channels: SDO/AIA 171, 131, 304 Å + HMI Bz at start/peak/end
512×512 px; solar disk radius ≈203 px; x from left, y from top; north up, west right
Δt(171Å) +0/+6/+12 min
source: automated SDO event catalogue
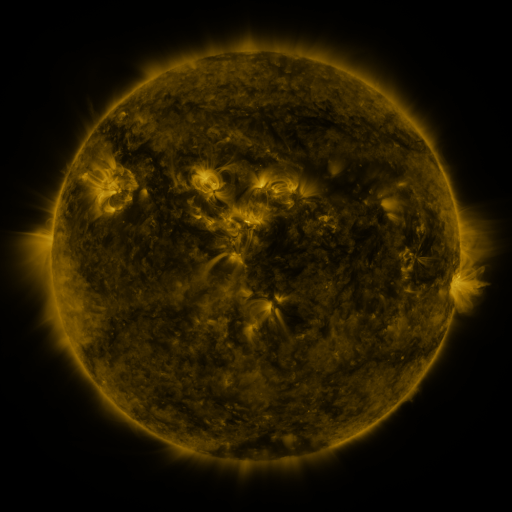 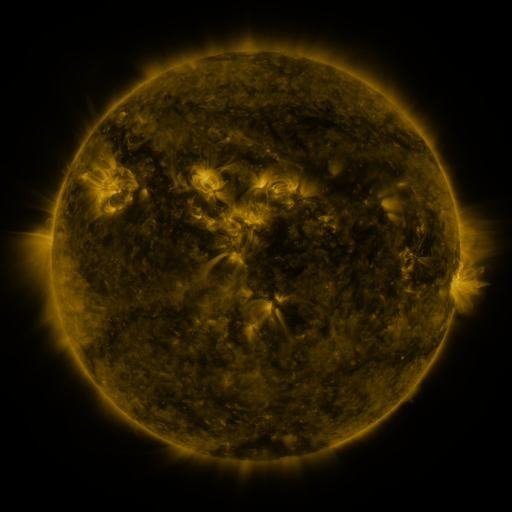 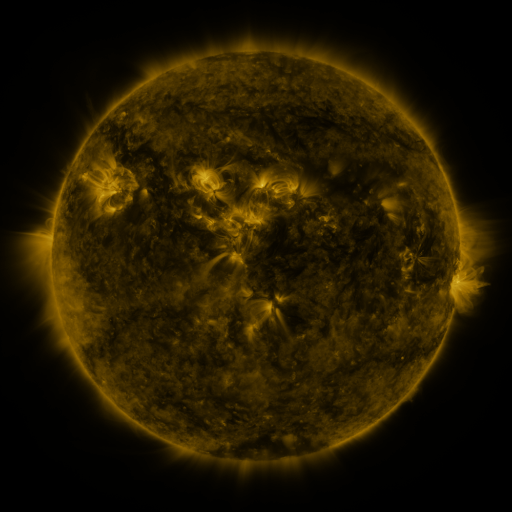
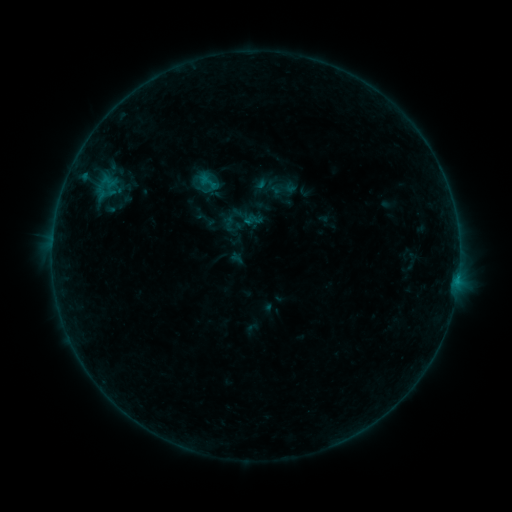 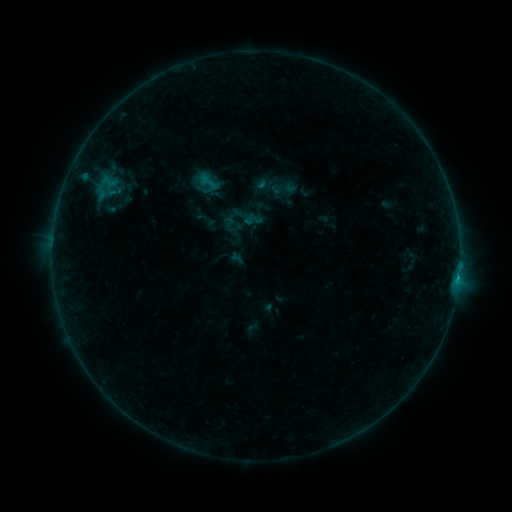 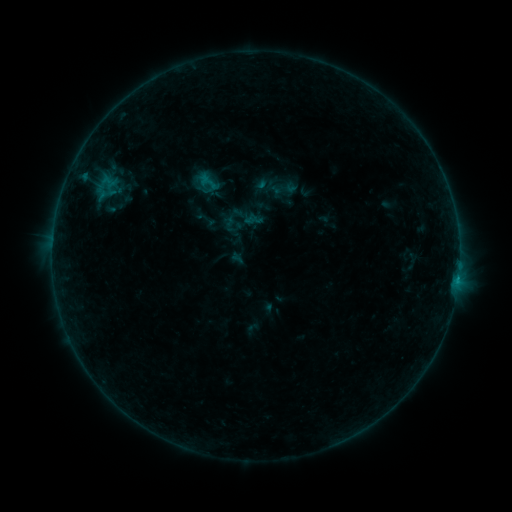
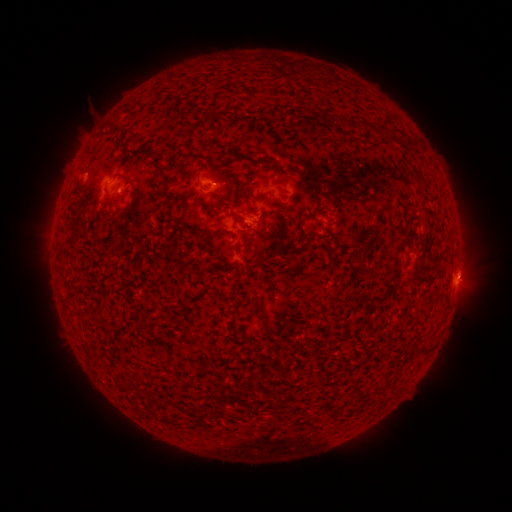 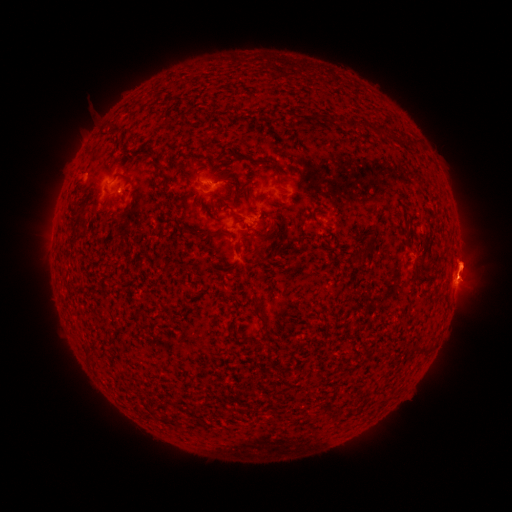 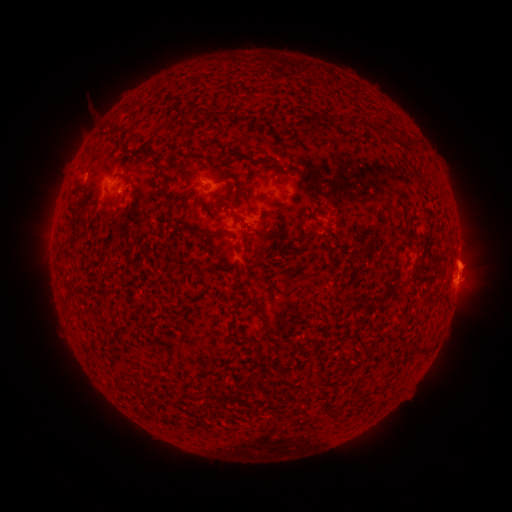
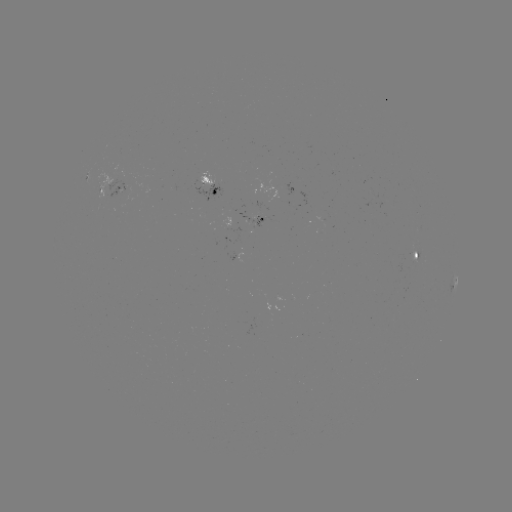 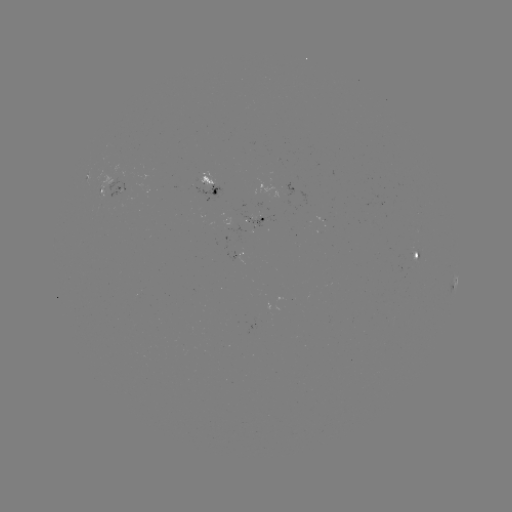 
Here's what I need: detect B4.7 flare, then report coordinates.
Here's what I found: B4.7 flare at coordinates (457, 276).